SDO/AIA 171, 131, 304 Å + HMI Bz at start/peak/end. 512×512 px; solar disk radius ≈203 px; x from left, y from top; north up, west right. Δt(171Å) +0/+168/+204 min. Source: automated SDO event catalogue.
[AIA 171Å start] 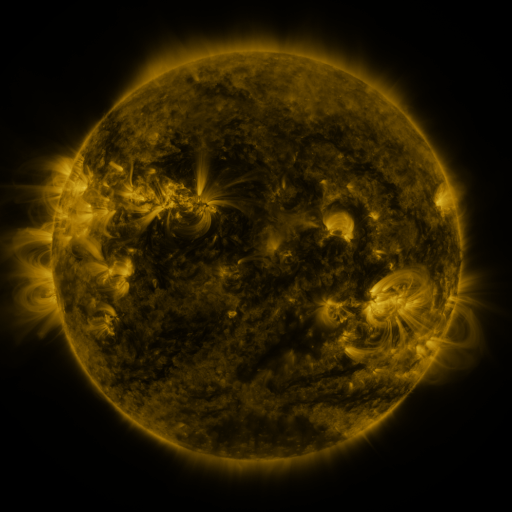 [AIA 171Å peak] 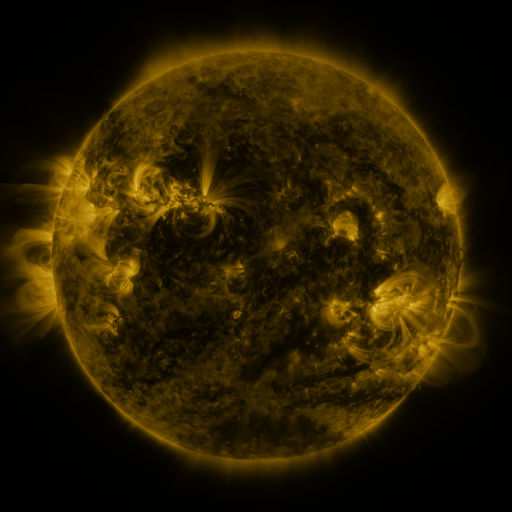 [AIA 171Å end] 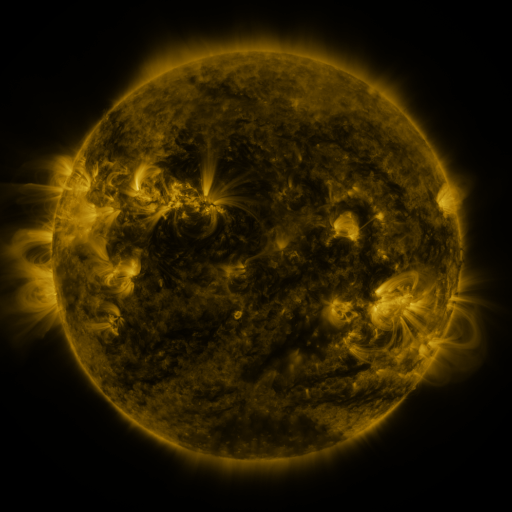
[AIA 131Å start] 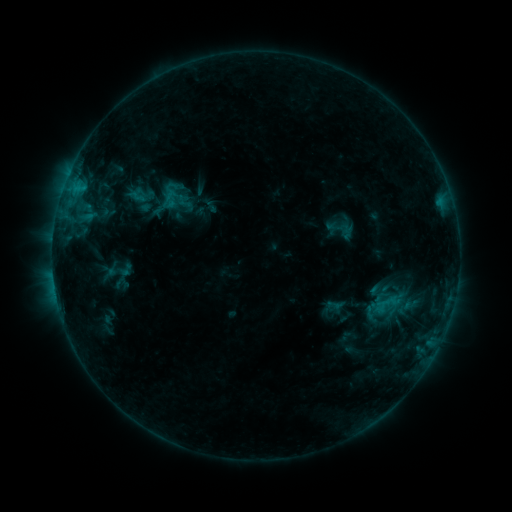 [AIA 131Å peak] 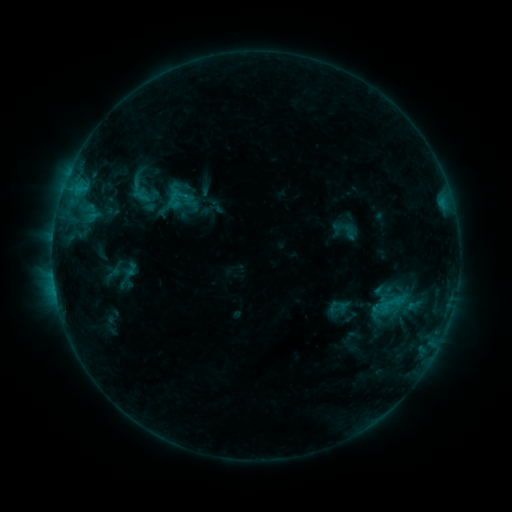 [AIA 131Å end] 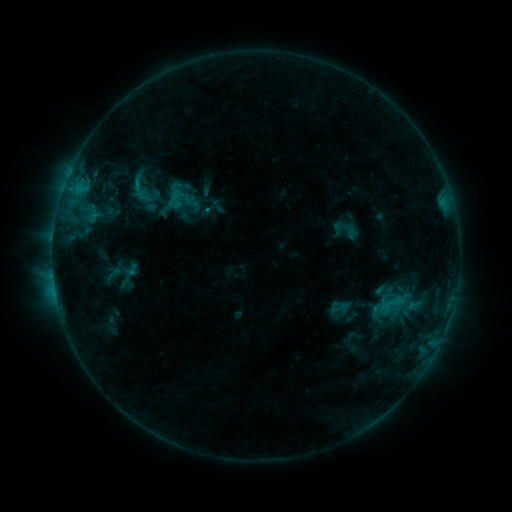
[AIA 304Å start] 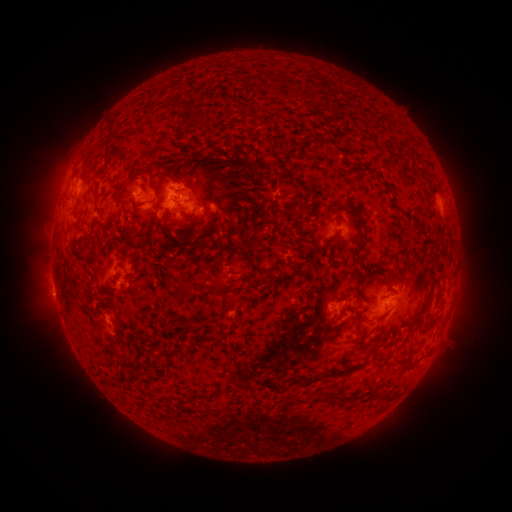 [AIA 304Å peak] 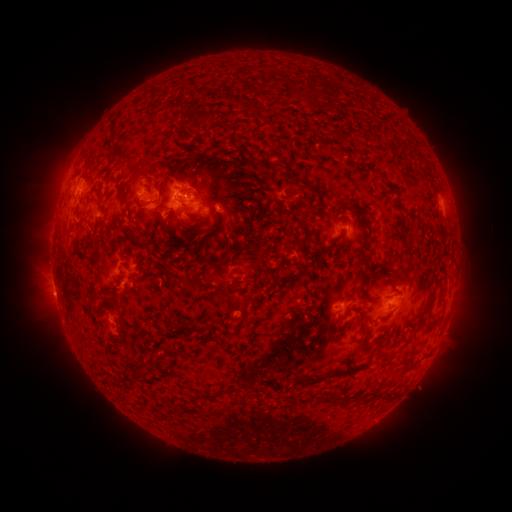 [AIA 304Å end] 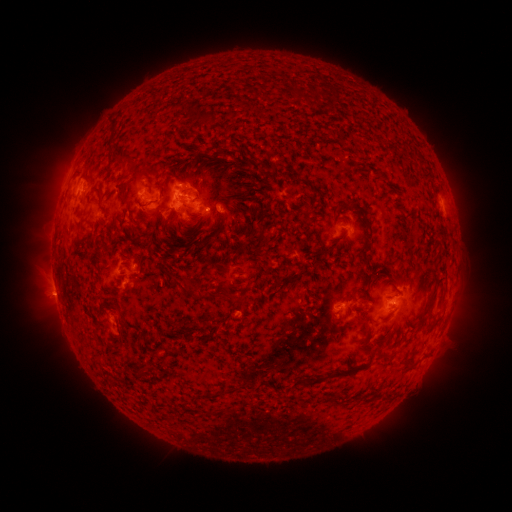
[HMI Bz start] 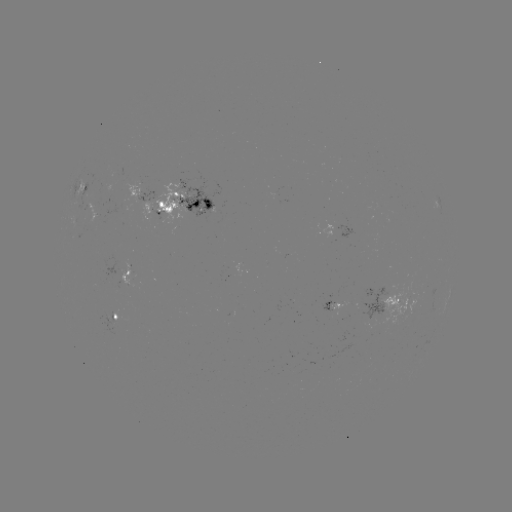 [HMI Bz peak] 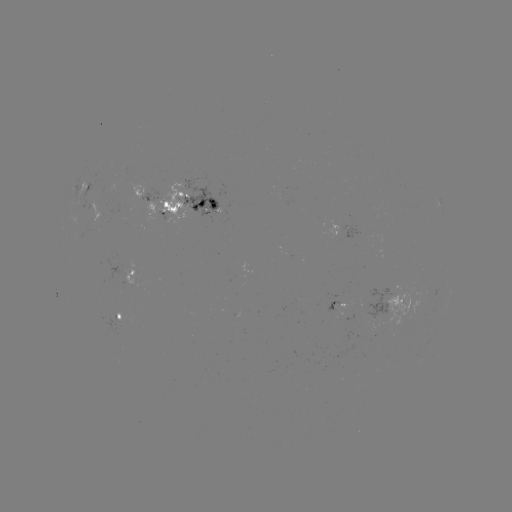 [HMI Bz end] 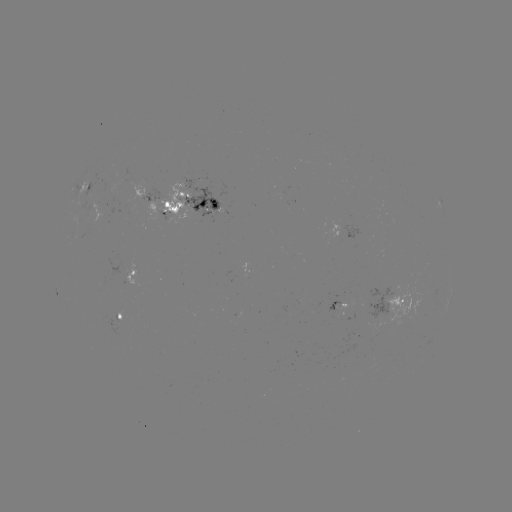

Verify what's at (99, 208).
emerging-flux region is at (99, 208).